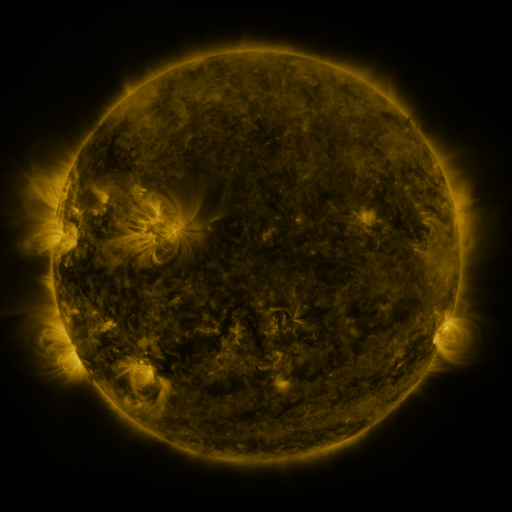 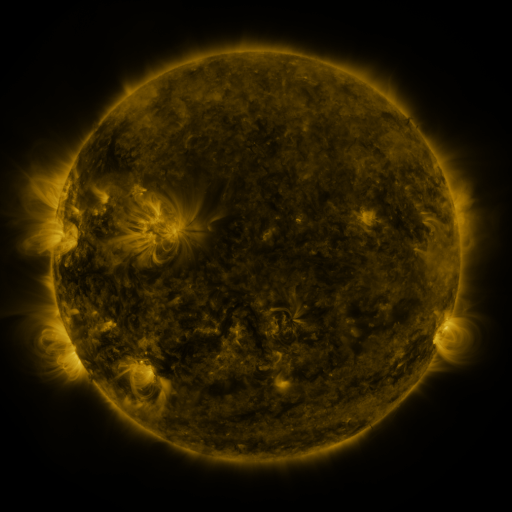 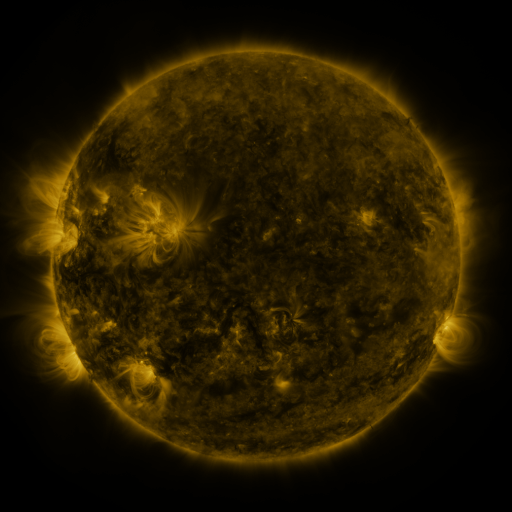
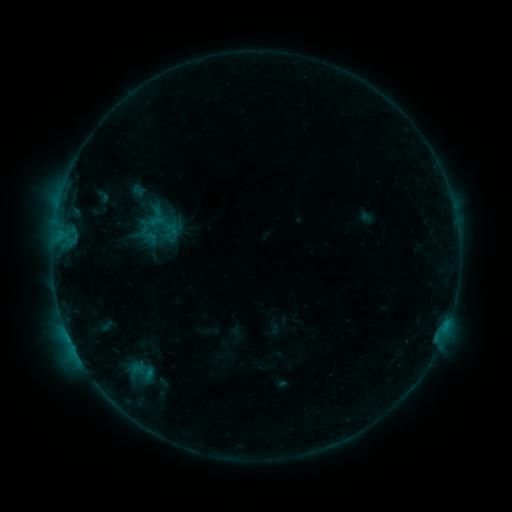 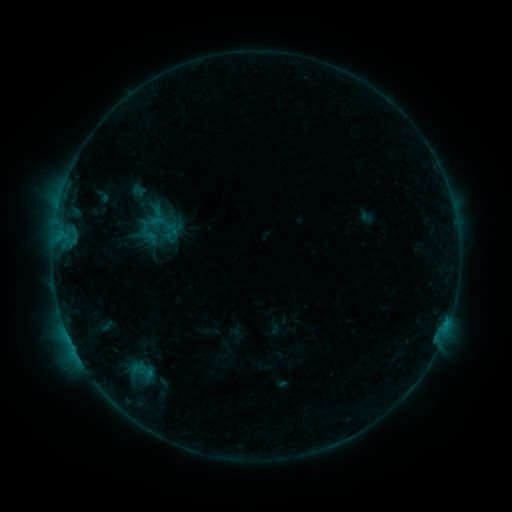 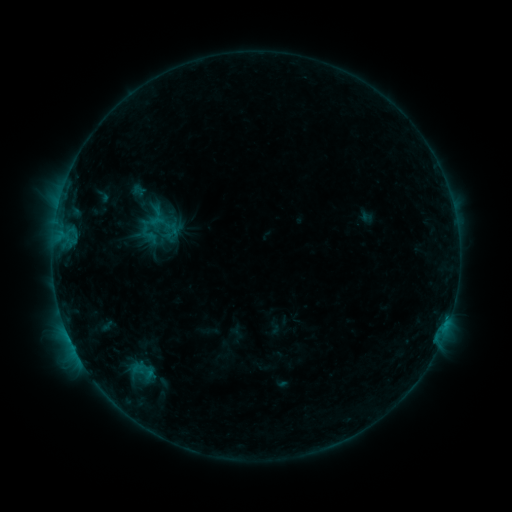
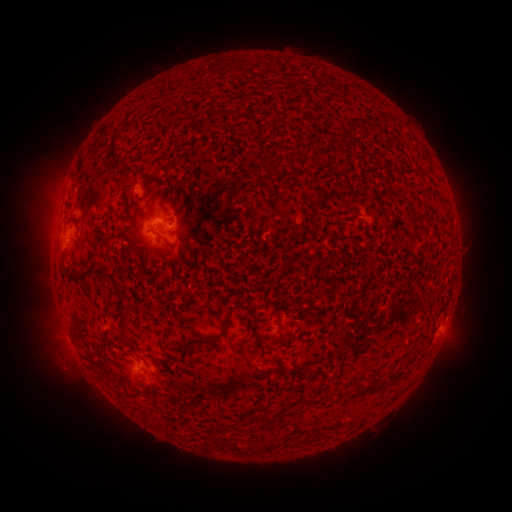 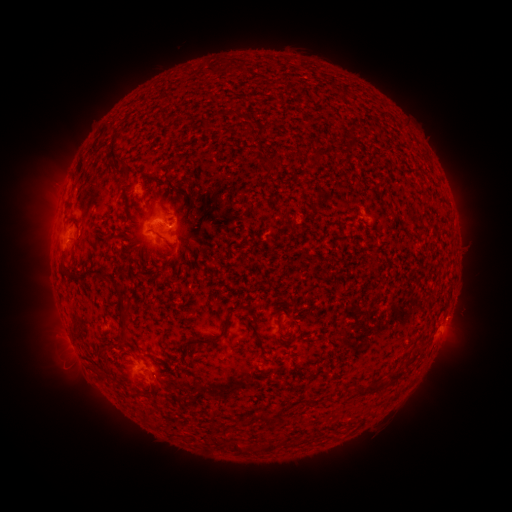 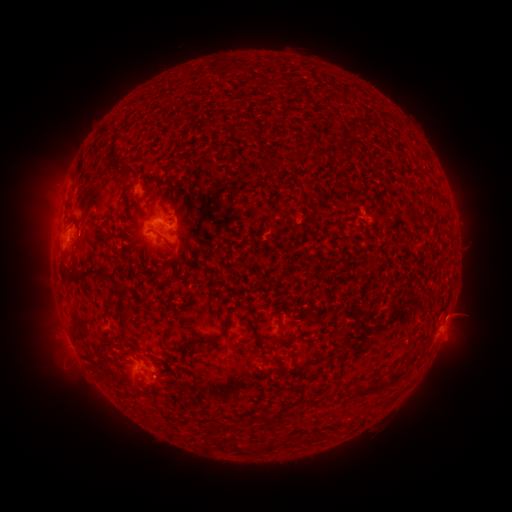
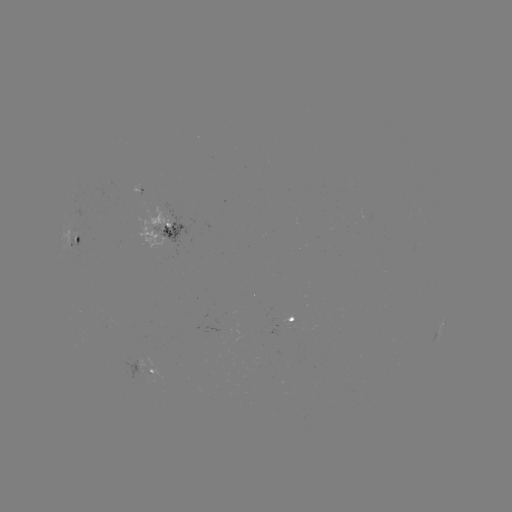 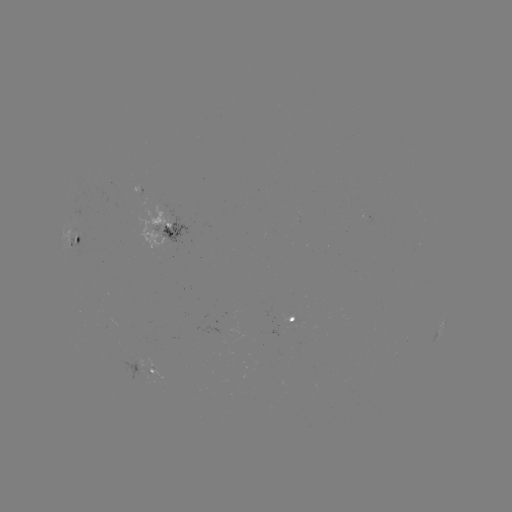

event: eruption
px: (462, 315)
